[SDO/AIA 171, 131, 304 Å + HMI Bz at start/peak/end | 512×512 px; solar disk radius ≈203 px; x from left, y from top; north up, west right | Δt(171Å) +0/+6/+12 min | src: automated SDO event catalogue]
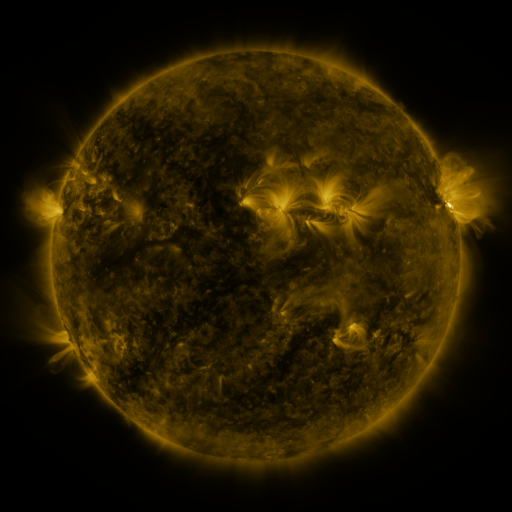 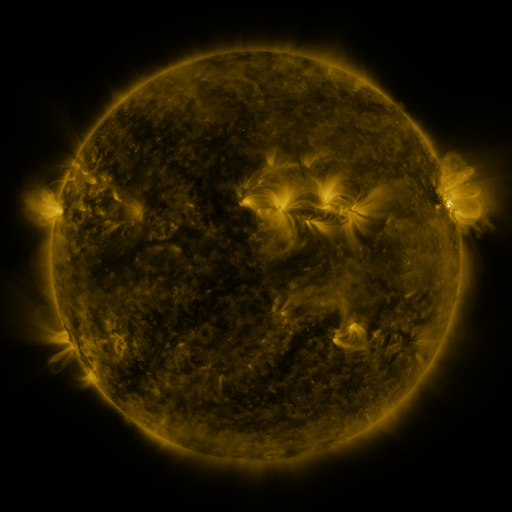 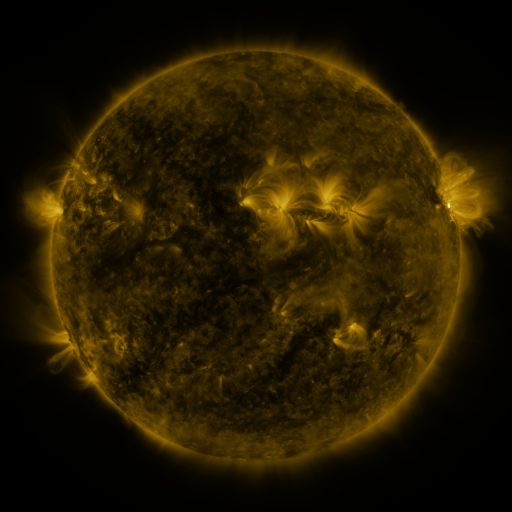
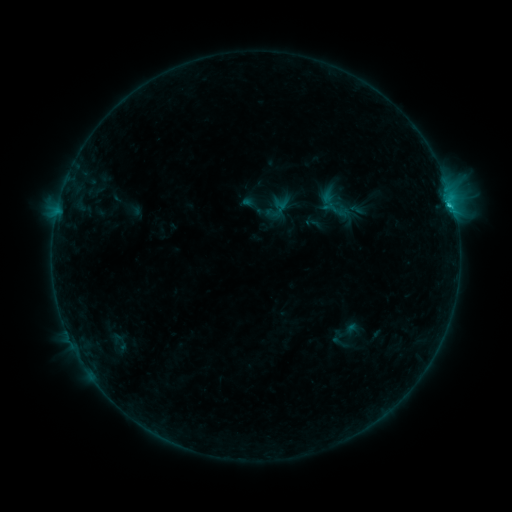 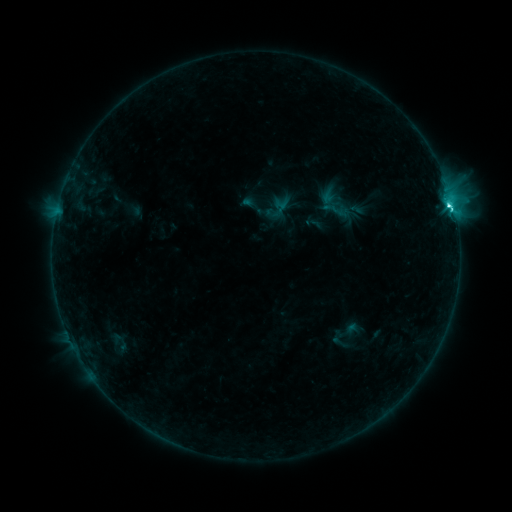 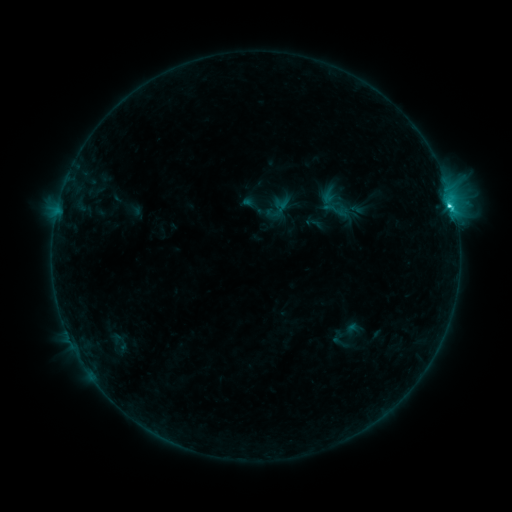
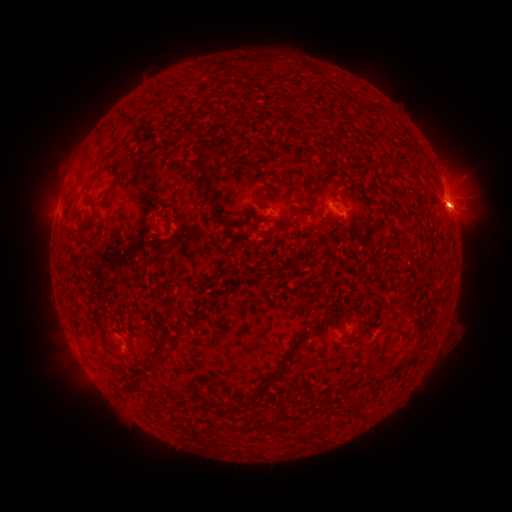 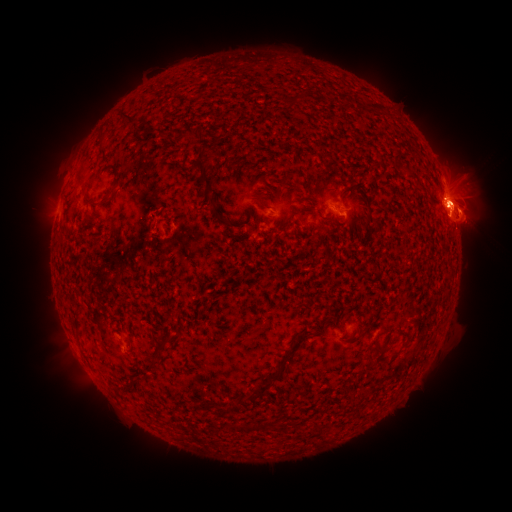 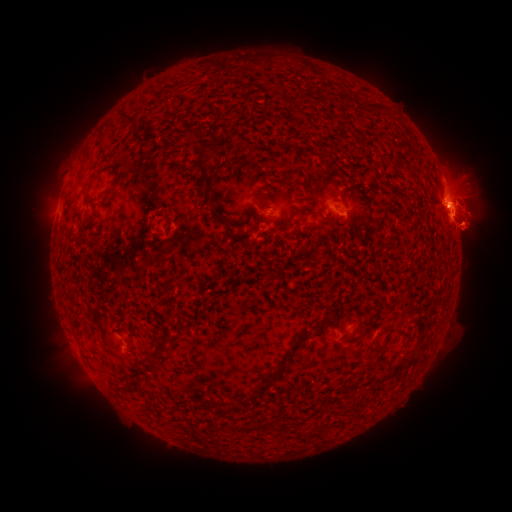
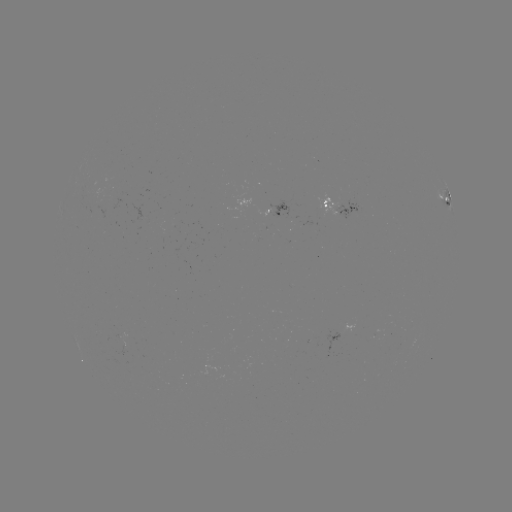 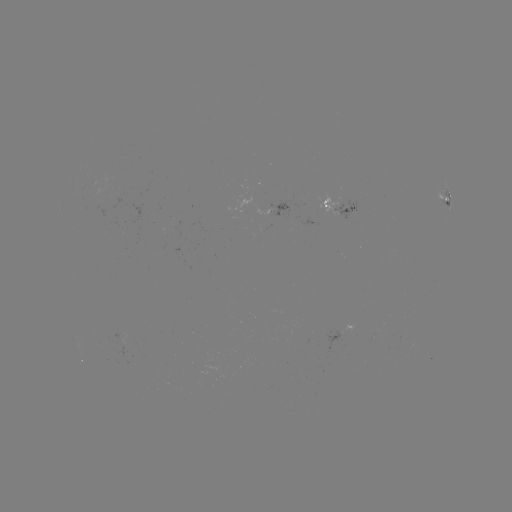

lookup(eruption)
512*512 30,213